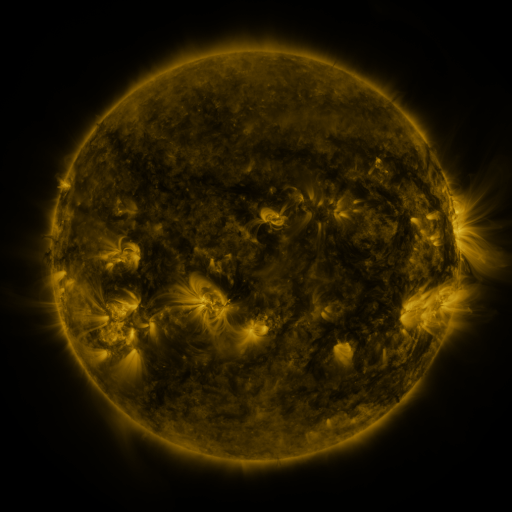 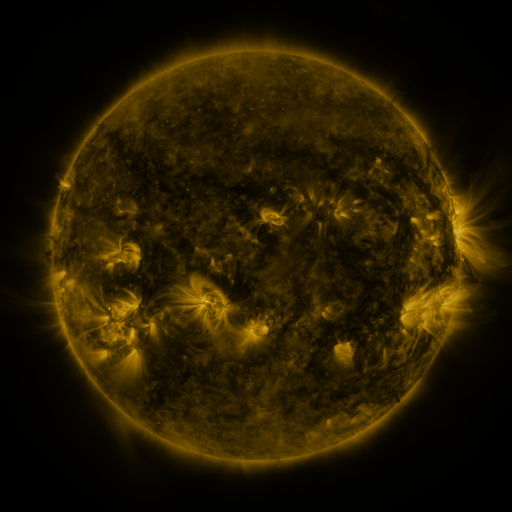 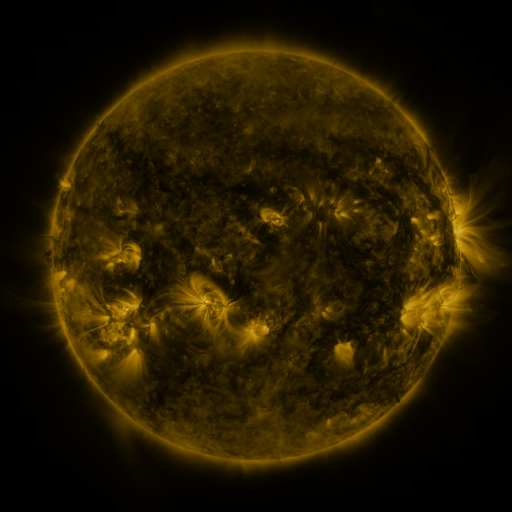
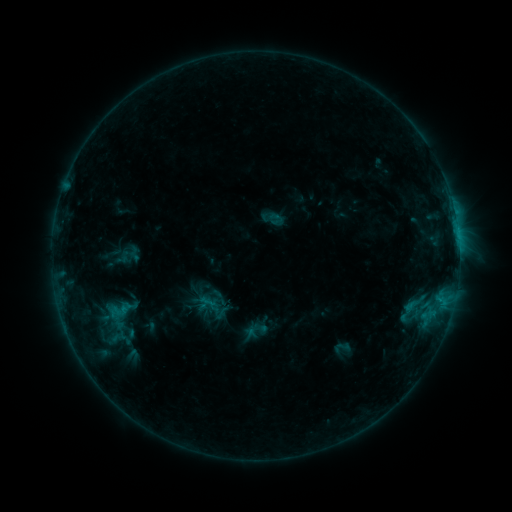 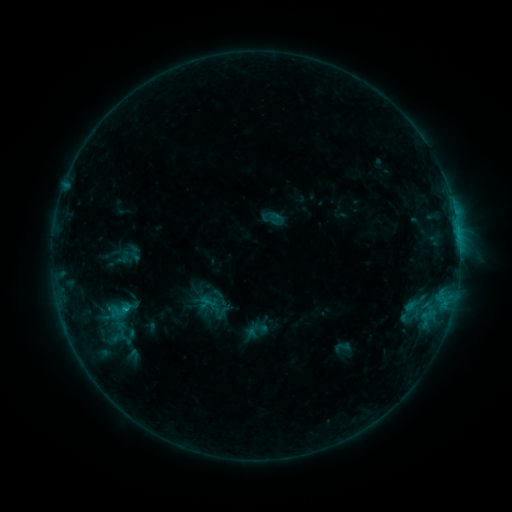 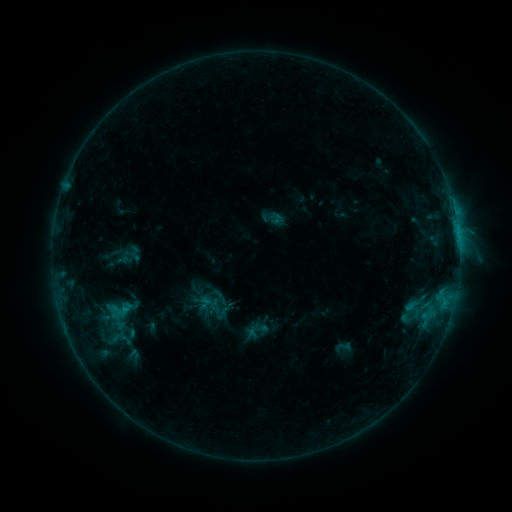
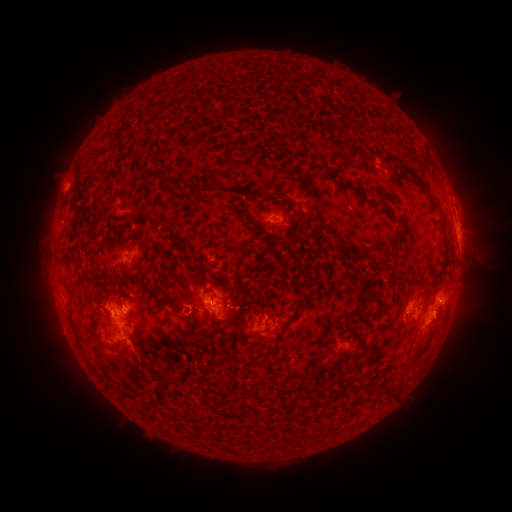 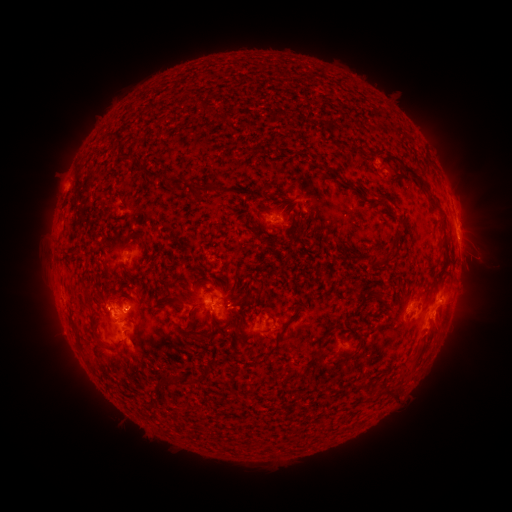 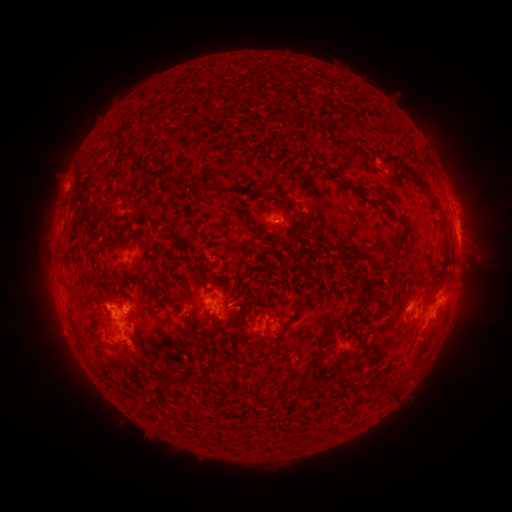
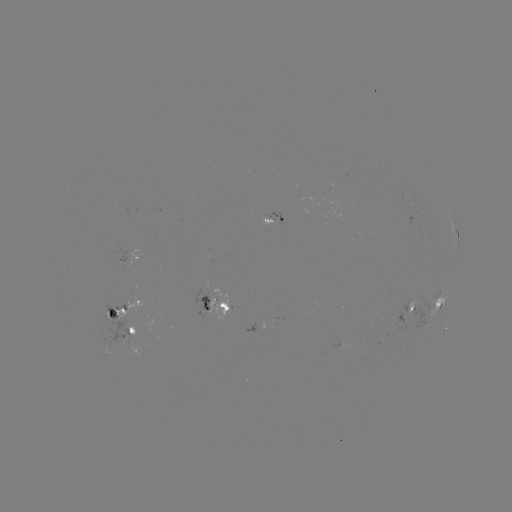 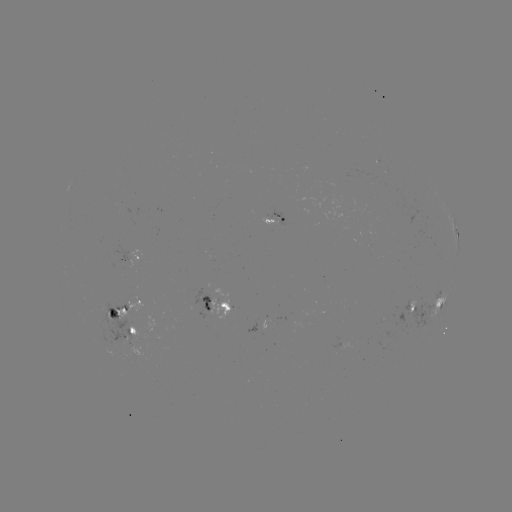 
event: eruption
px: (430, 341)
